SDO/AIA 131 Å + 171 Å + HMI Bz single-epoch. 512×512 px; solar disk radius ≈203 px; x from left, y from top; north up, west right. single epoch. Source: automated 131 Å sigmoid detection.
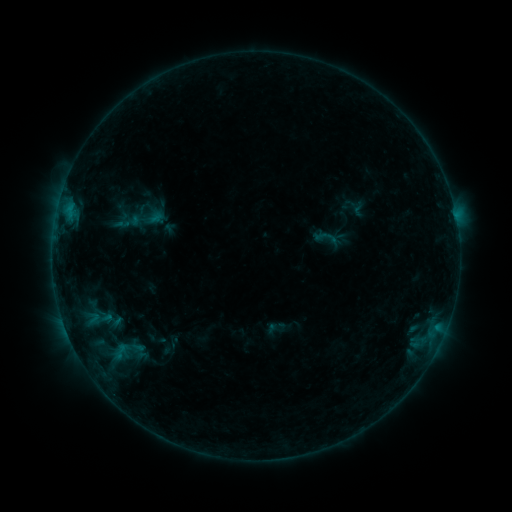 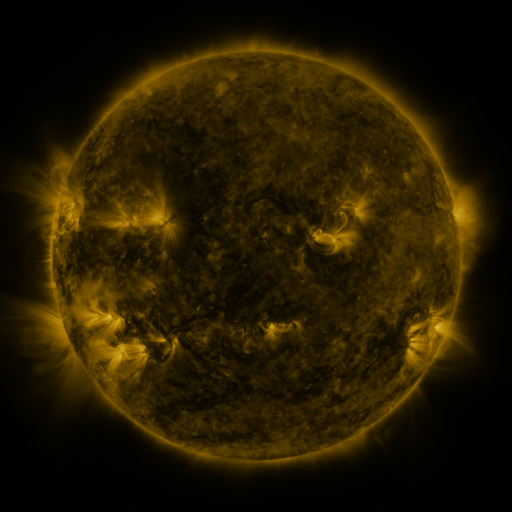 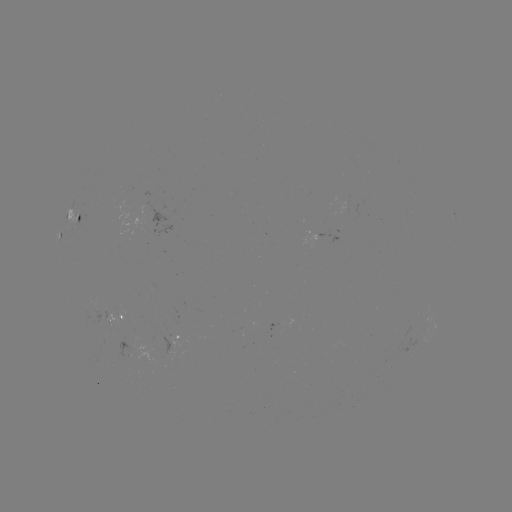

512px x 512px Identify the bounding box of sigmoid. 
[313, 225, 339, 249].